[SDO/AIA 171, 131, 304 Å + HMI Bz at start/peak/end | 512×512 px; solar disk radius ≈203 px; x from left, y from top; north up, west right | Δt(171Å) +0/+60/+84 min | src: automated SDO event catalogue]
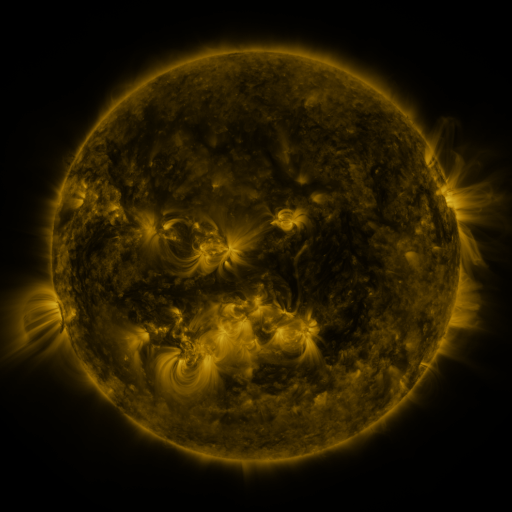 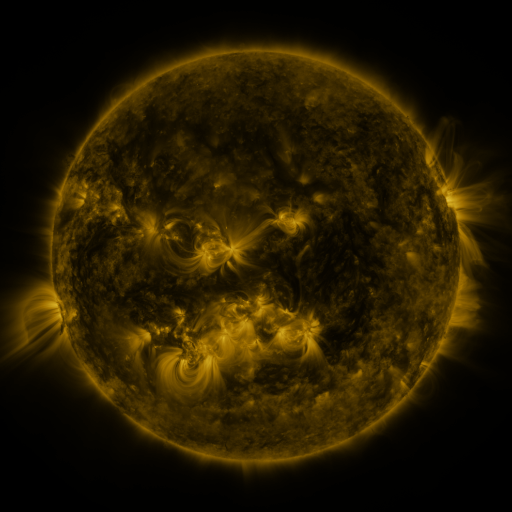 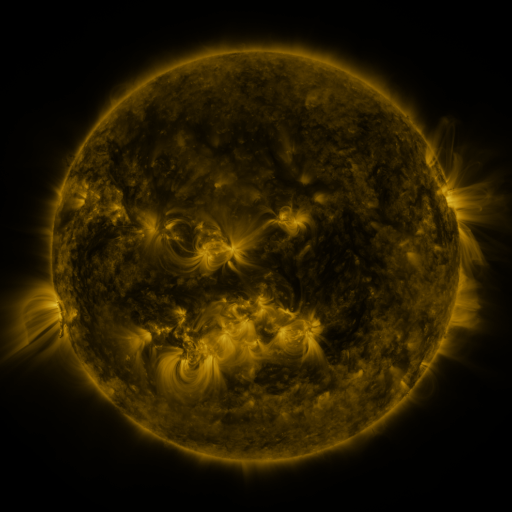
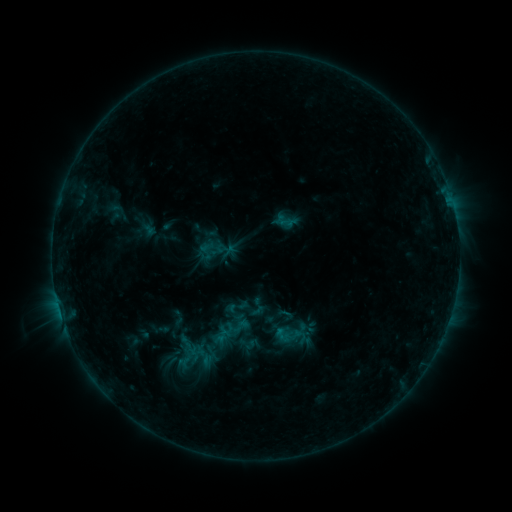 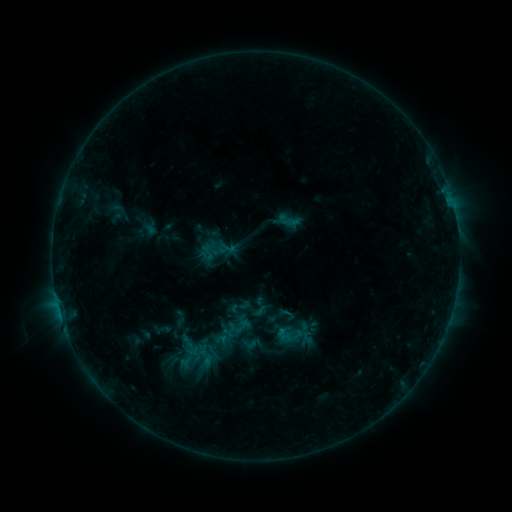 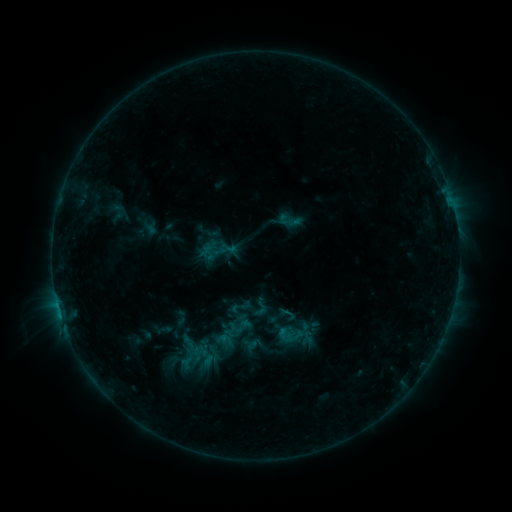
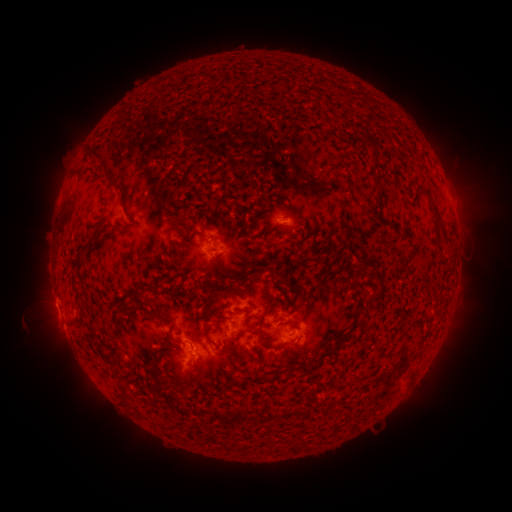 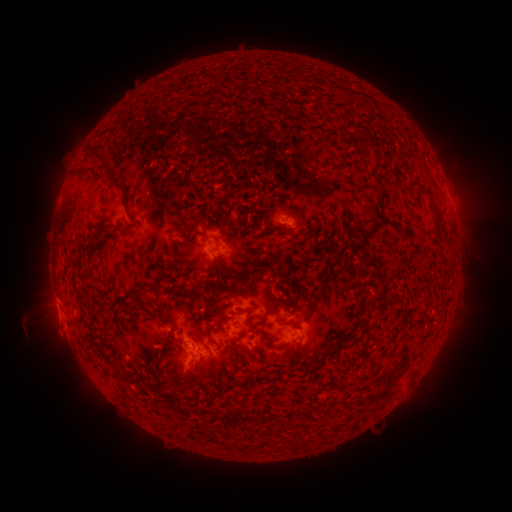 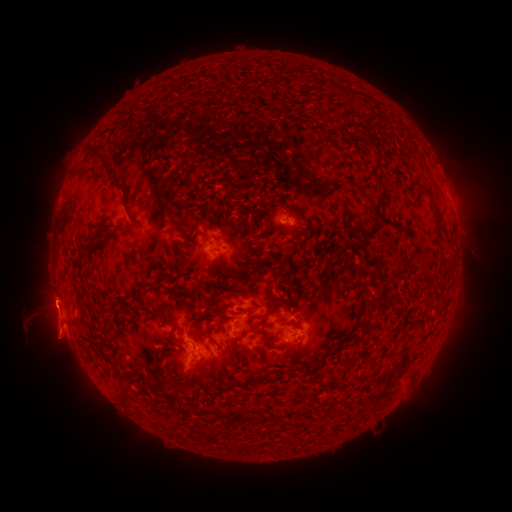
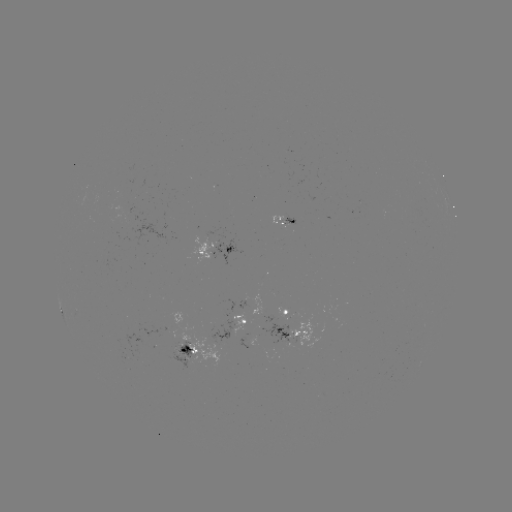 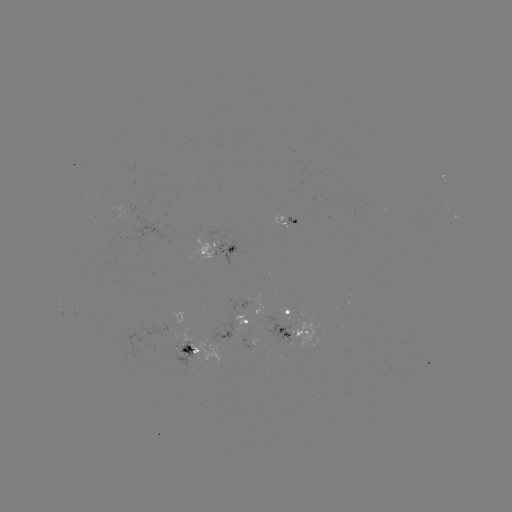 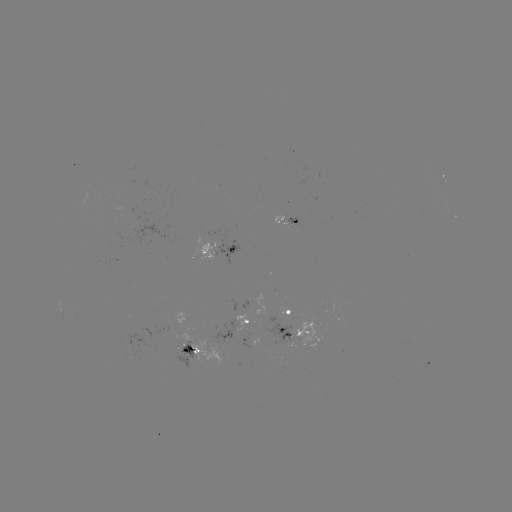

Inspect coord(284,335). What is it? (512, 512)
emerging-flux region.